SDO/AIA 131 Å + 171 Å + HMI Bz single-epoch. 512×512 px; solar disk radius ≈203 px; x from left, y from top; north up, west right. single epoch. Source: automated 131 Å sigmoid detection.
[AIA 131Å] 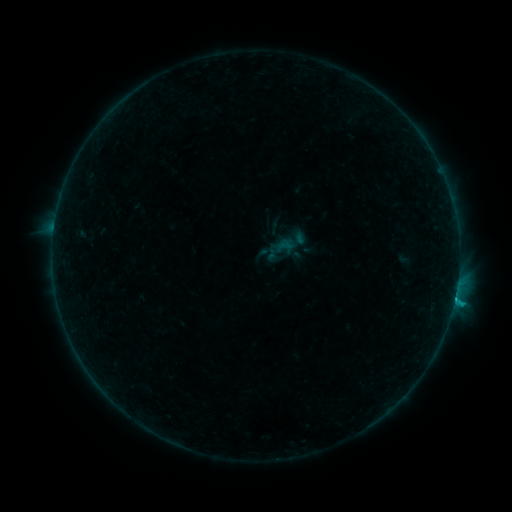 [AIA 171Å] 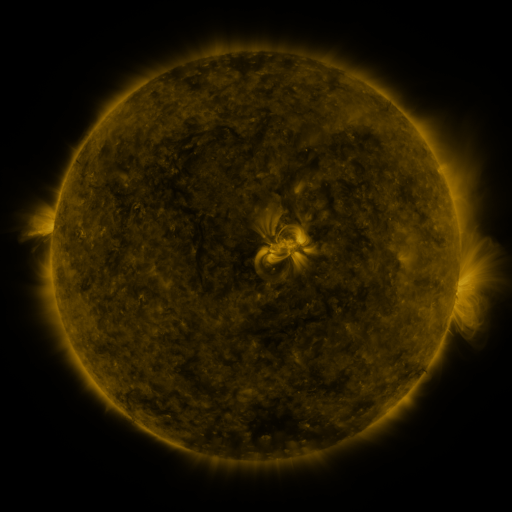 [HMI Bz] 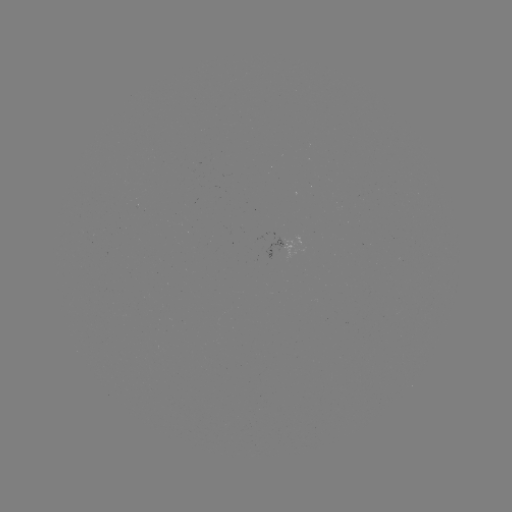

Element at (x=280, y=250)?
sigmoid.